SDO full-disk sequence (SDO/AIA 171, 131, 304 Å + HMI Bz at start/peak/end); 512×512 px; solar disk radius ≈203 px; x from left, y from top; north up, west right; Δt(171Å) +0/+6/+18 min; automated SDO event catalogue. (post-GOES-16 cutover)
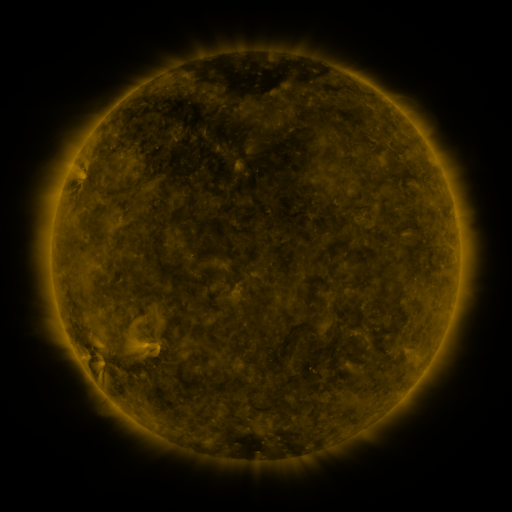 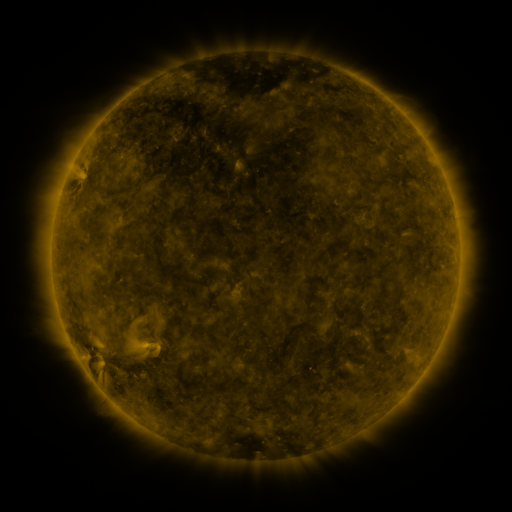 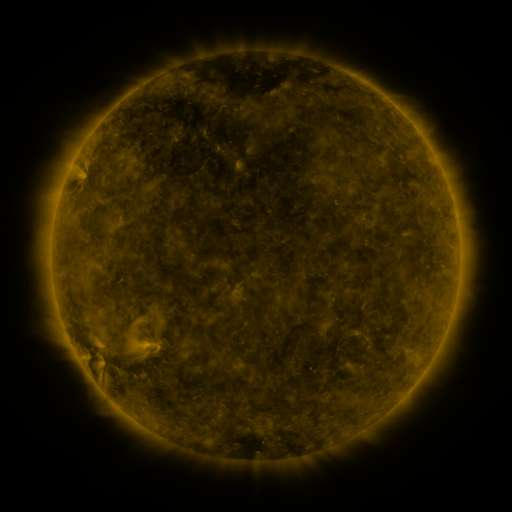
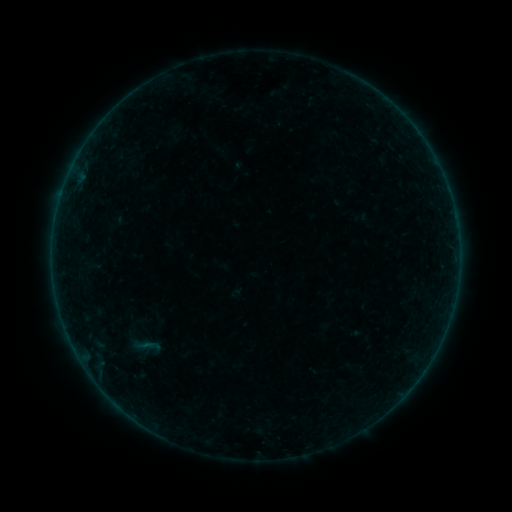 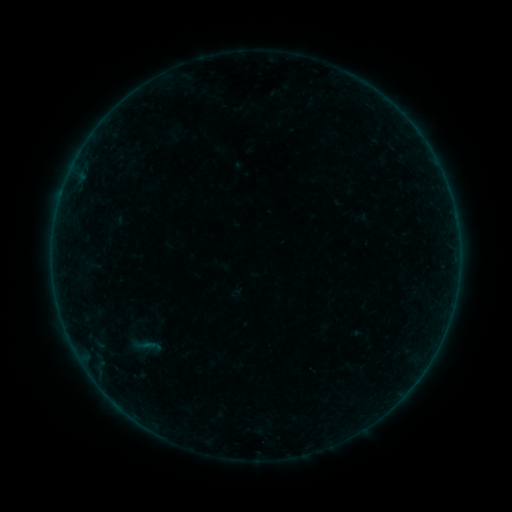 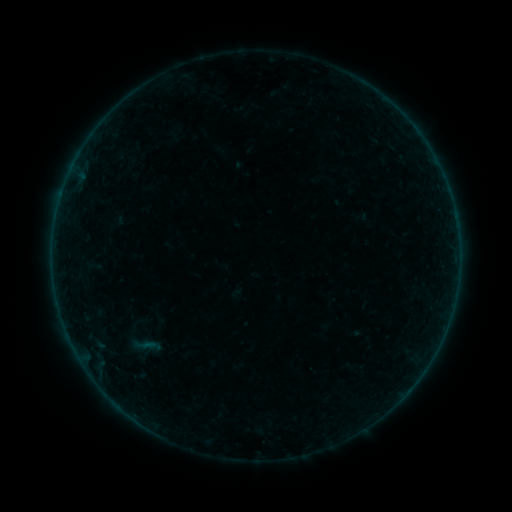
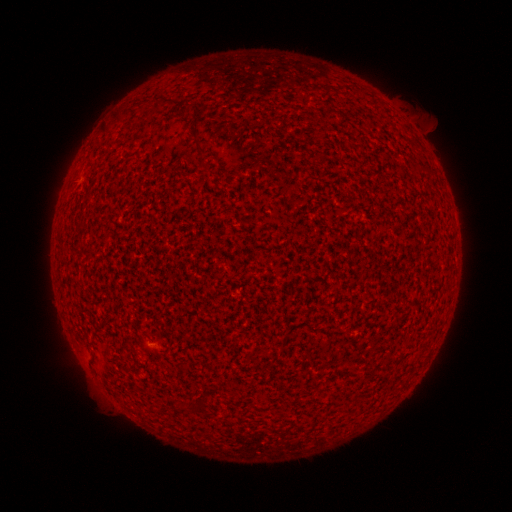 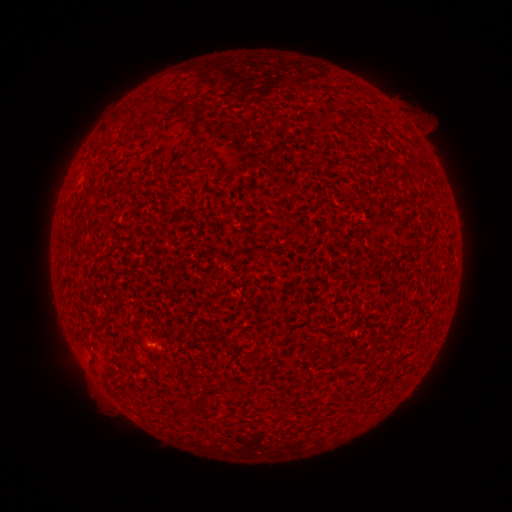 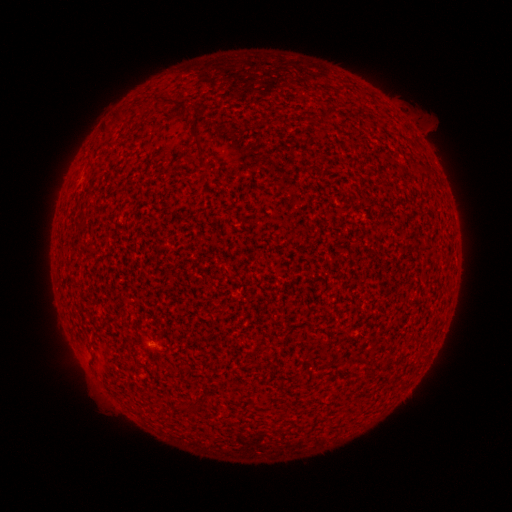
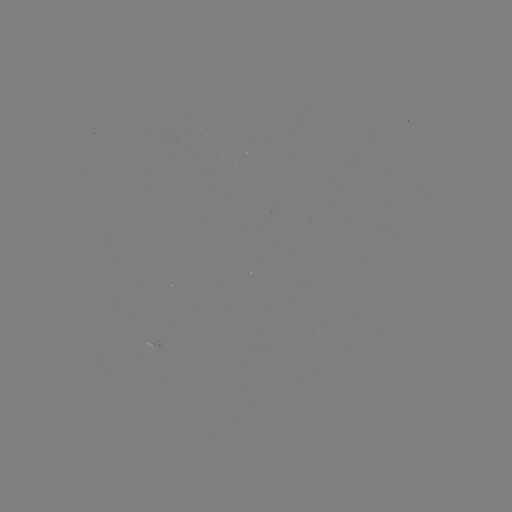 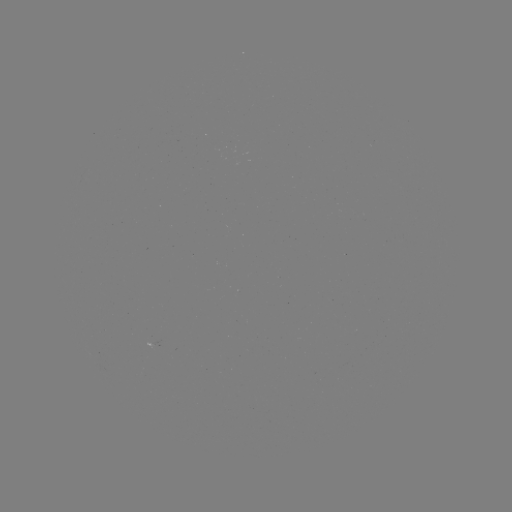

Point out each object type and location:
A2.1 flare: (151, 343)
